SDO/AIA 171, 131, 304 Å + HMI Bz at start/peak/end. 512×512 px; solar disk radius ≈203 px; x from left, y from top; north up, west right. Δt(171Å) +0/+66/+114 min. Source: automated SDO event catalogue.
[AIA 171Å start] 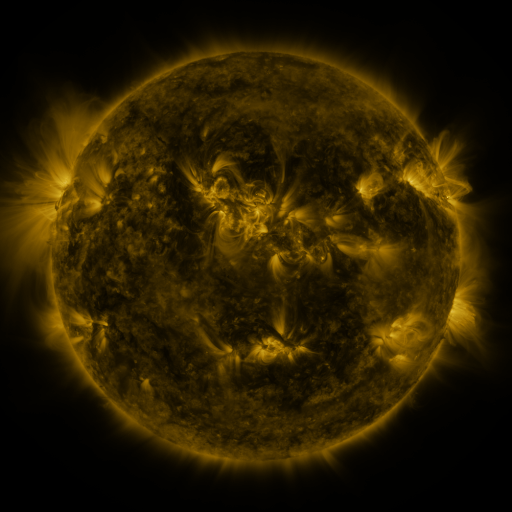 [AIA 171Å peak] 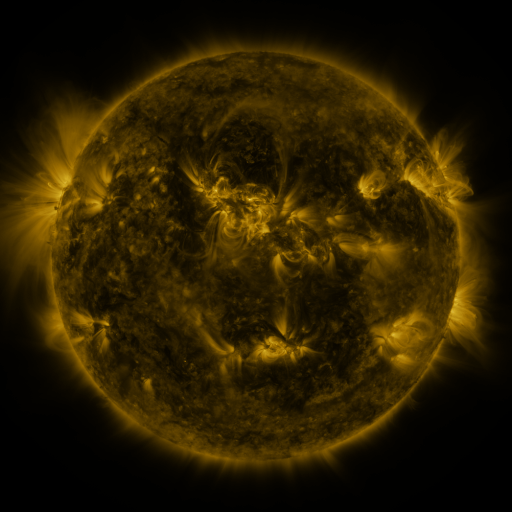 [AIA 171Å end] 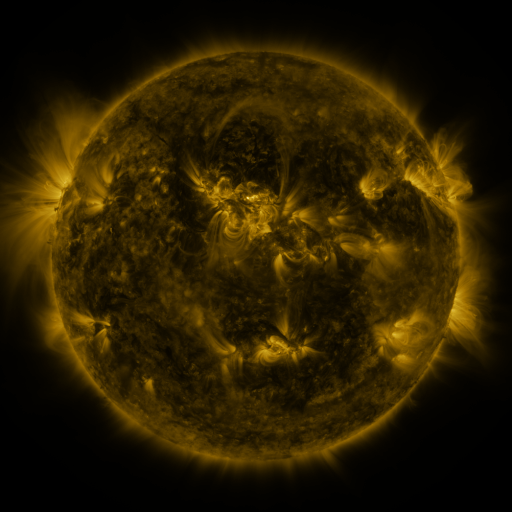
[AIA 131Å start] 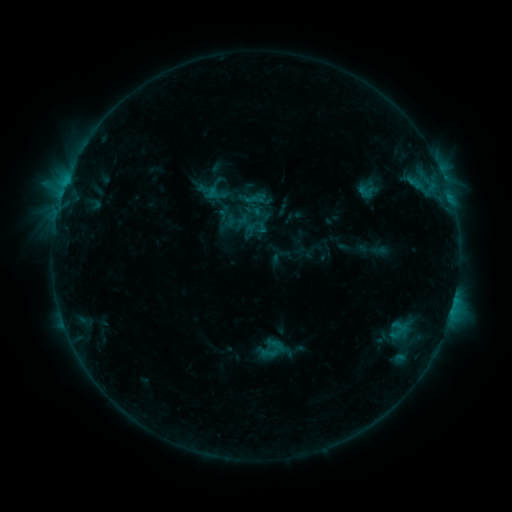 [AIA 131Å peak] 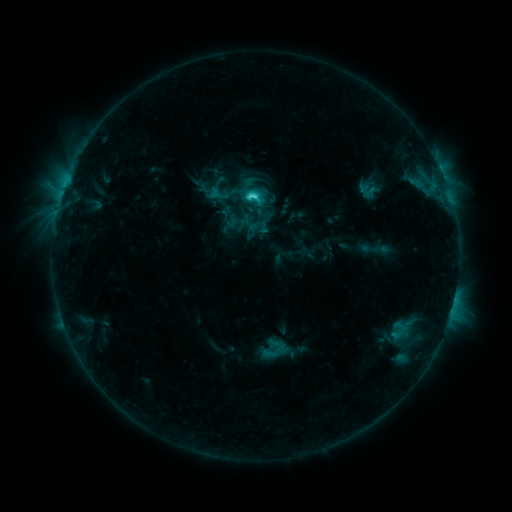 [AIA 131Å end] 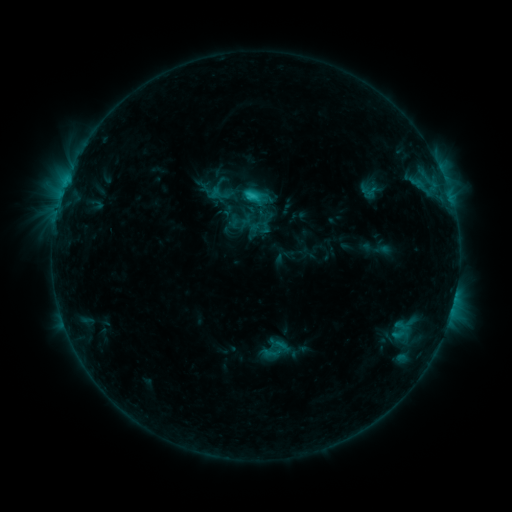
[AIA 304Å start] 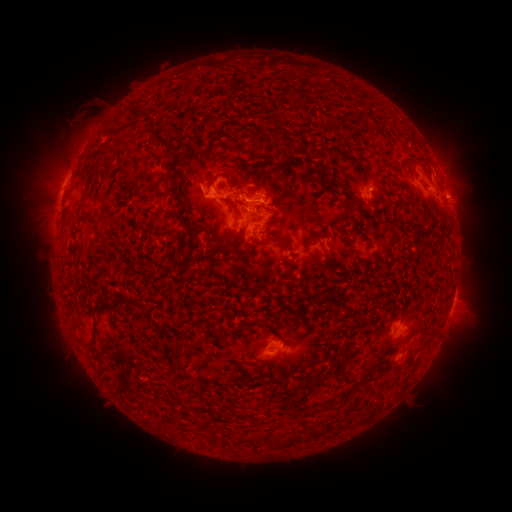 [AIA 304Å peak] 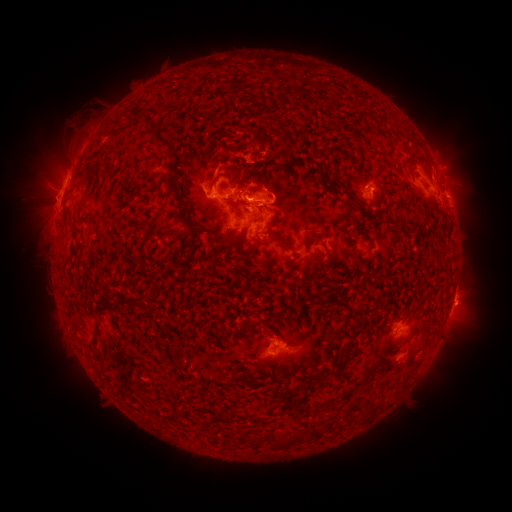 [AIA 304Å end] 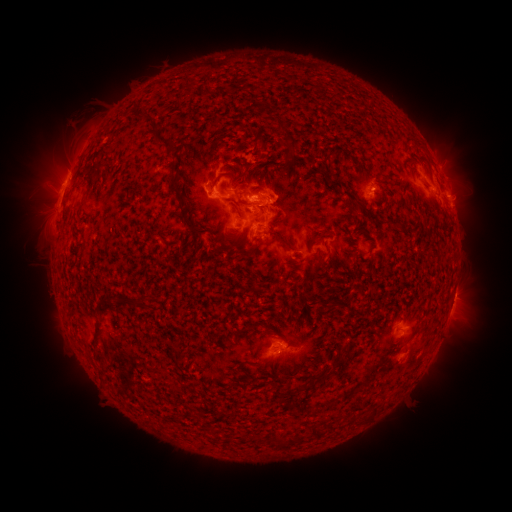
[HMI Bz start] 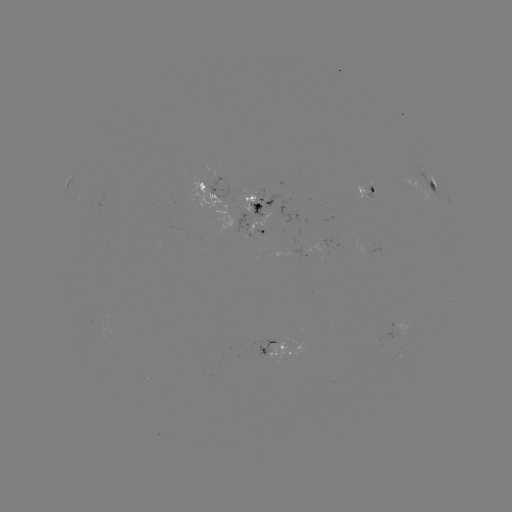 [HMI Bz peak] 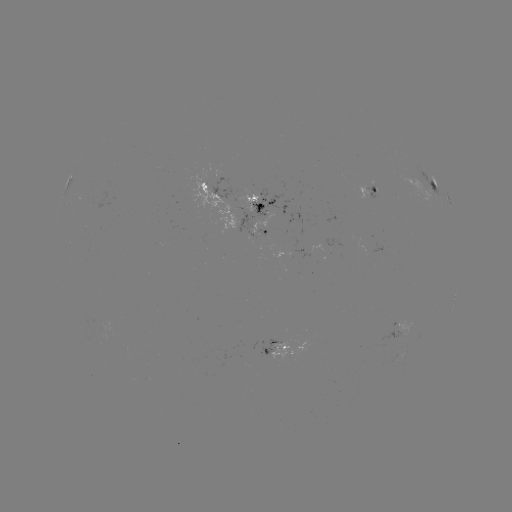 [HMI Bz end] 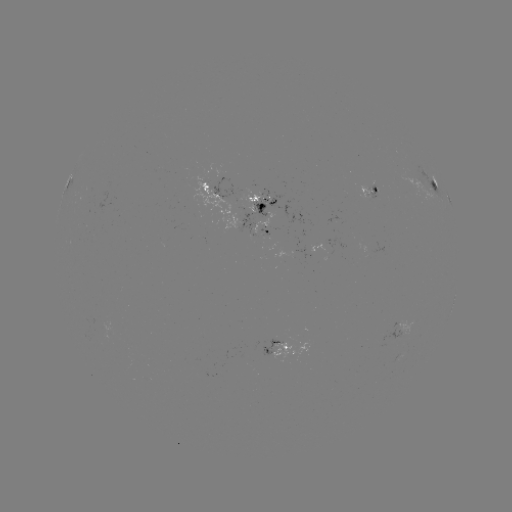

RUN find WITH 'C3.8 flare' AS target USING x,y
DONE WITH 252,200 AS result